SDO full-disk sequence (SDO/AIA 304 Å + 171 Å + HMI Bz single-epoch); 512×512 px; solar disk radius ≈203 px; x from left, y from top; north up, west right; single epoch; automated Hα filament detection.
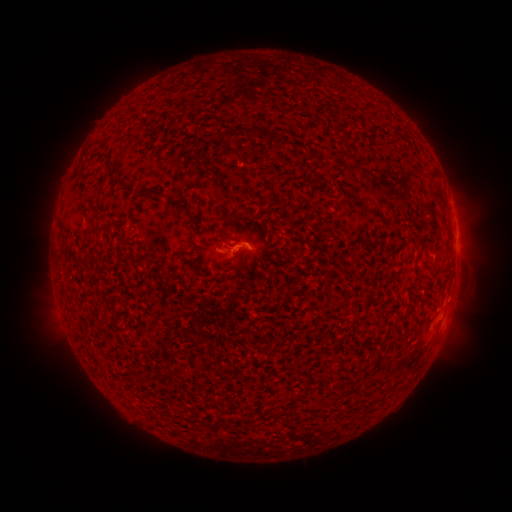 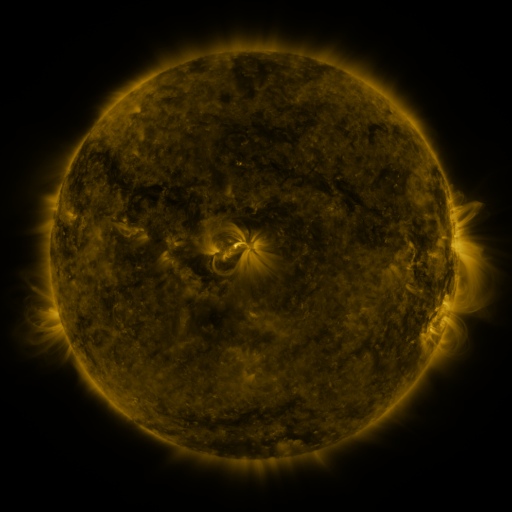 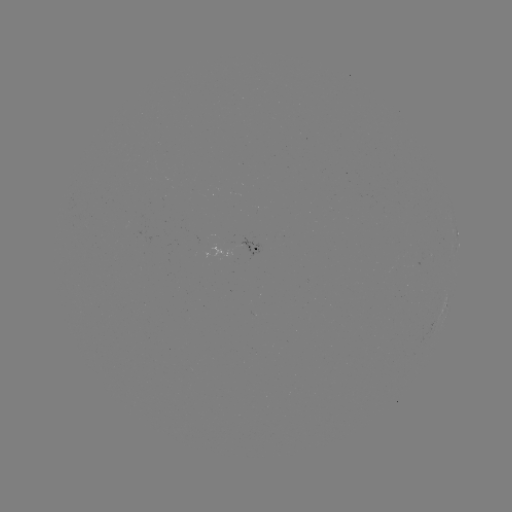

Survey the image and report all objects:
filament: [244, 127, 255, 141]
filament: [153, 189, 165, 199]
filament: [351, 202, 366, 212]
filament: [417, 275, 427, 282]
